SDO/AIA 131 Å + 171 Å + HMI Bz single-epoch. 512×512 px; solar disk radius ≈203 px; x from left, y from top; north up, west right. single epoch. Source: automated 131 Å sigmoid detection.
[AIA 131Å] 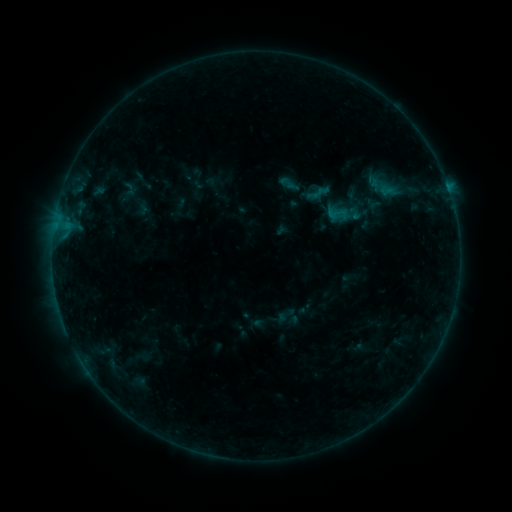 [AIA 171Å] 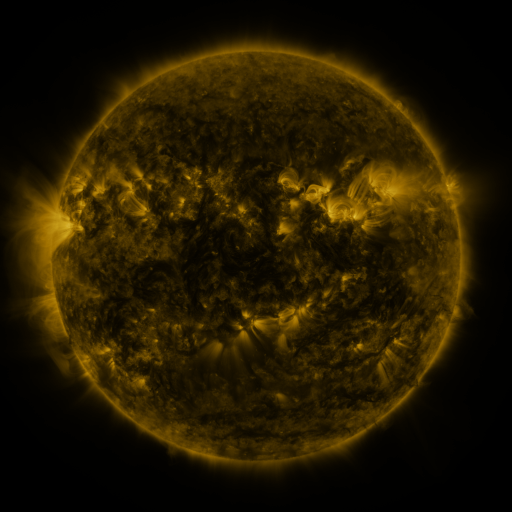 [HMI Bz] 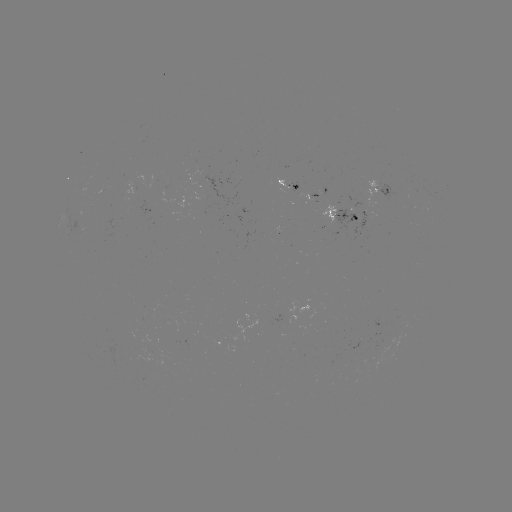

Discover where sigmoid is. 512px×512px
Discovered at (317, 193).